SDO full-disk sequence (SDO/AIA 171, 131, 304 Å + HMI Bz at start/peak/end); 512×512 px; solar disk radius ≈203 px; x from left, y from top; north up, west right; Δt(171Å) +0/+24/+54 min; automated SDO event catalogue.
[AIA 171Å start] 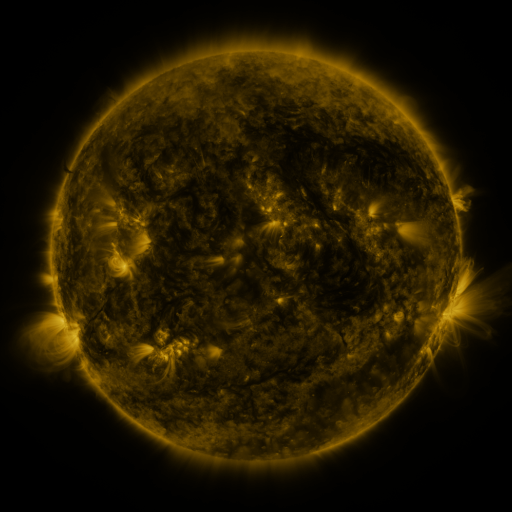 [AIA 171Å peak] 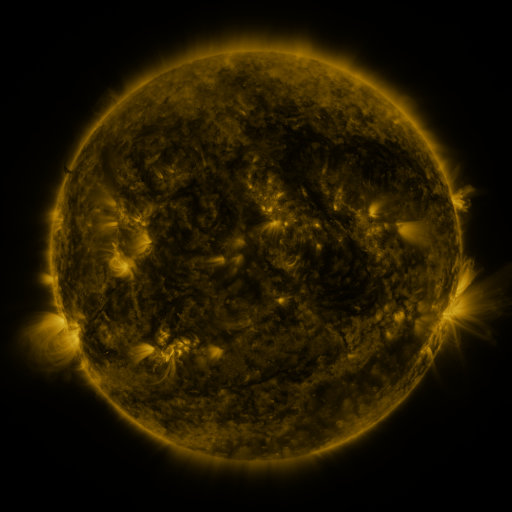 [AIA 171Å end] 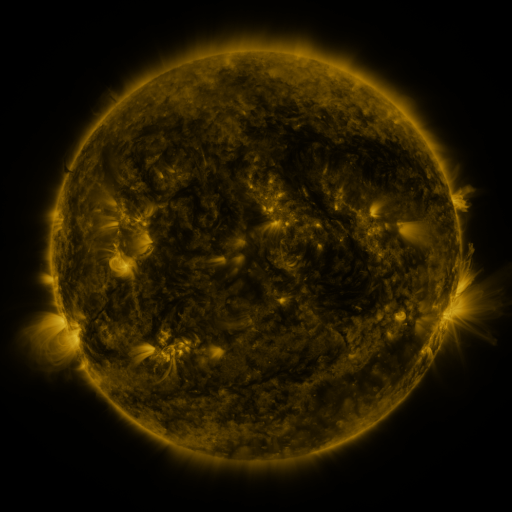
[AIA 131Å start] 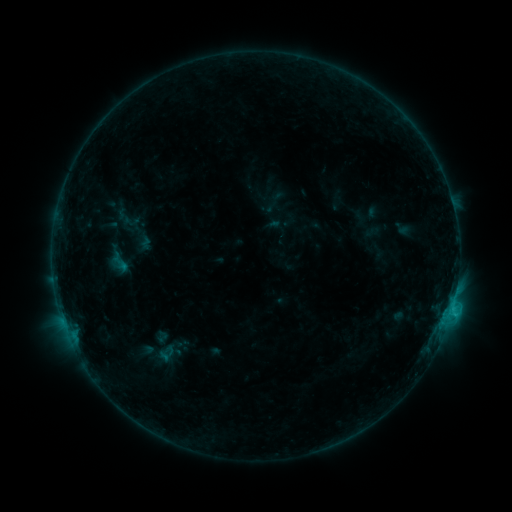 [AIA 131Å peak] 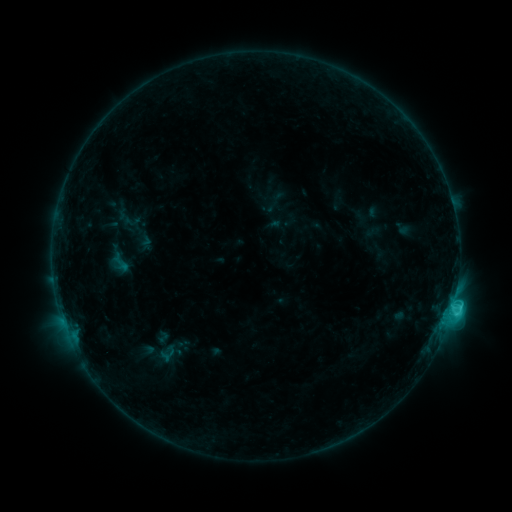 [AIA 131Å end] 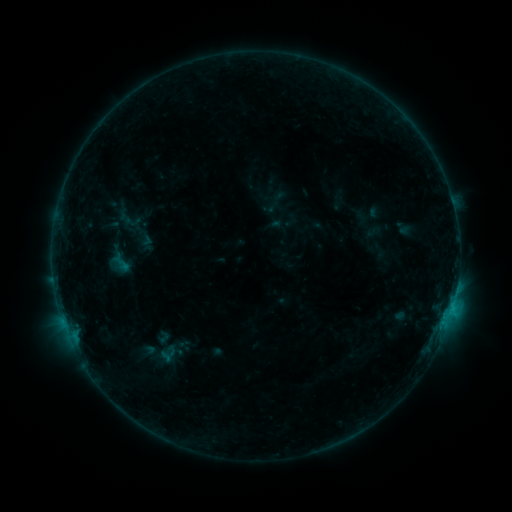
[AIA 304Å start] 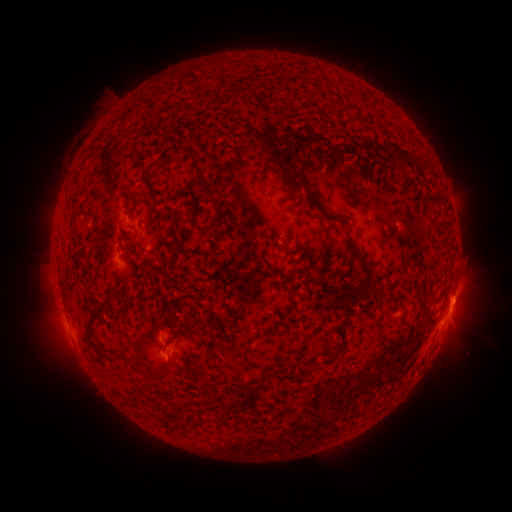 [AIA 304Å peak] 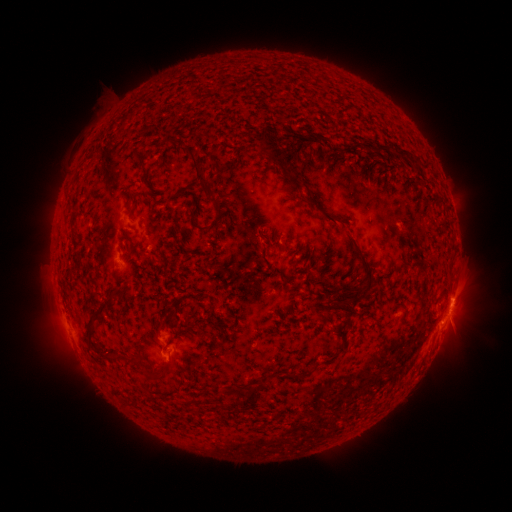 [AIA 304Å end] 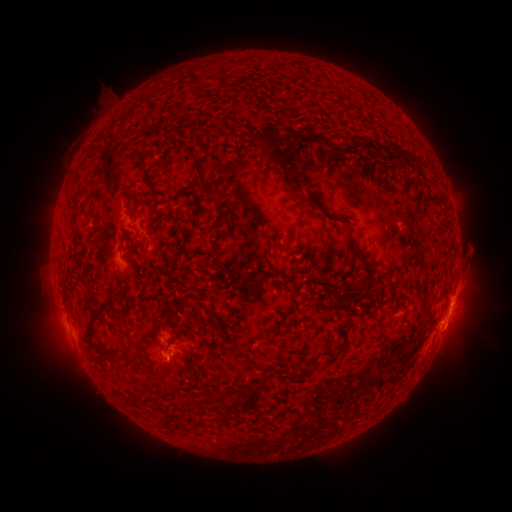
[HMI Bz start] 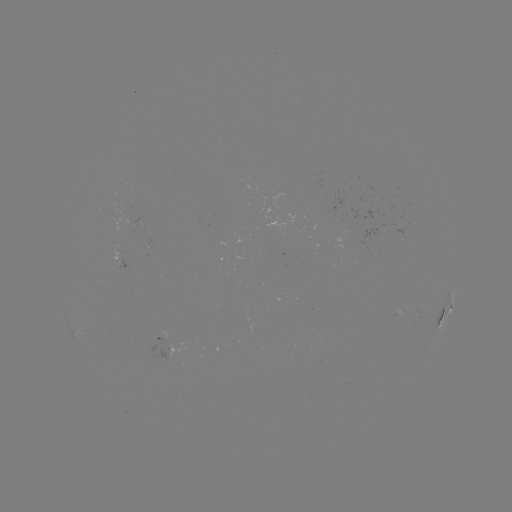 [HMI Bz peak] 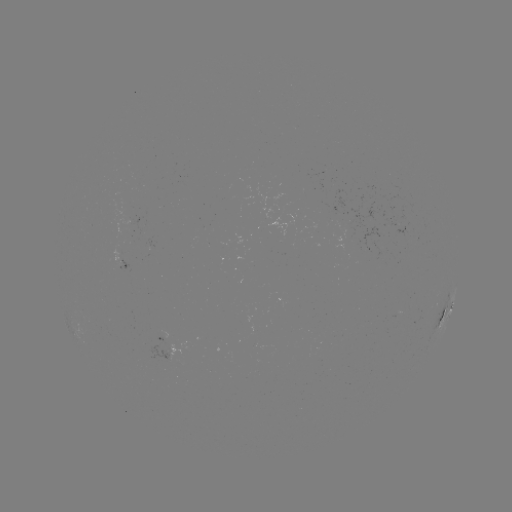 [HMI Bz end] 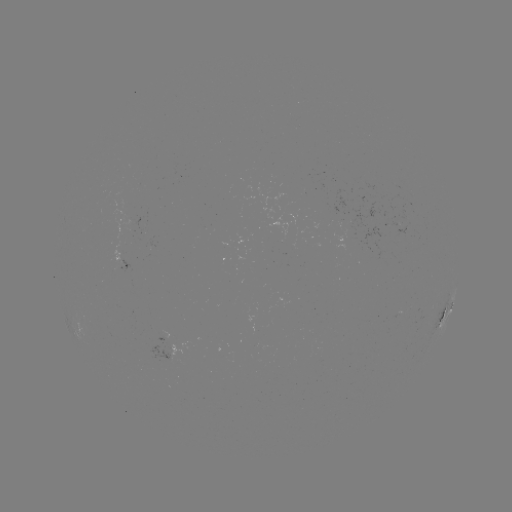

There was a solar flare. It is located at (450, 306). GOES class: C2.3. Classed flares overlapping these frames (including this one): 2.